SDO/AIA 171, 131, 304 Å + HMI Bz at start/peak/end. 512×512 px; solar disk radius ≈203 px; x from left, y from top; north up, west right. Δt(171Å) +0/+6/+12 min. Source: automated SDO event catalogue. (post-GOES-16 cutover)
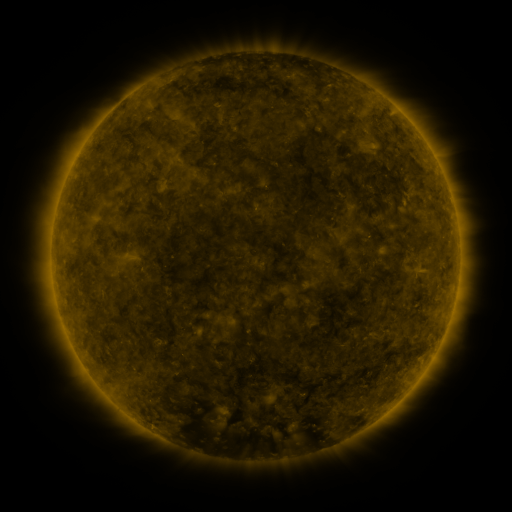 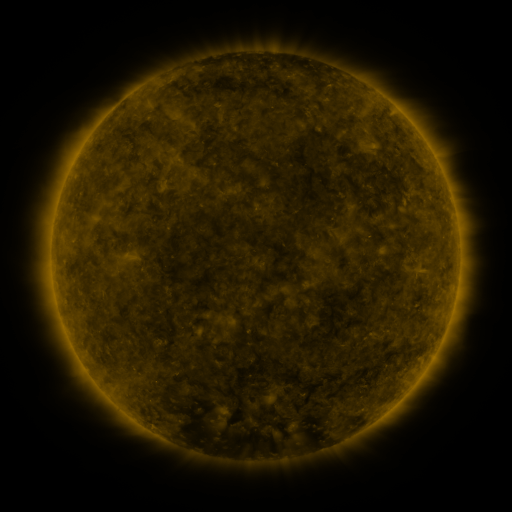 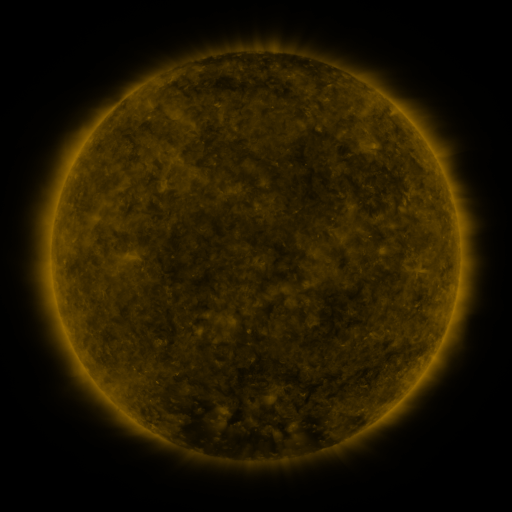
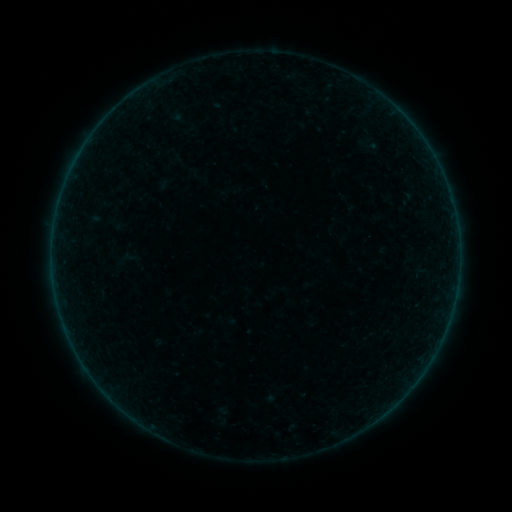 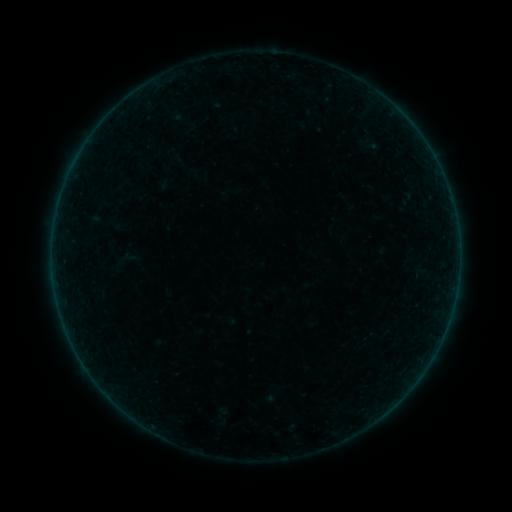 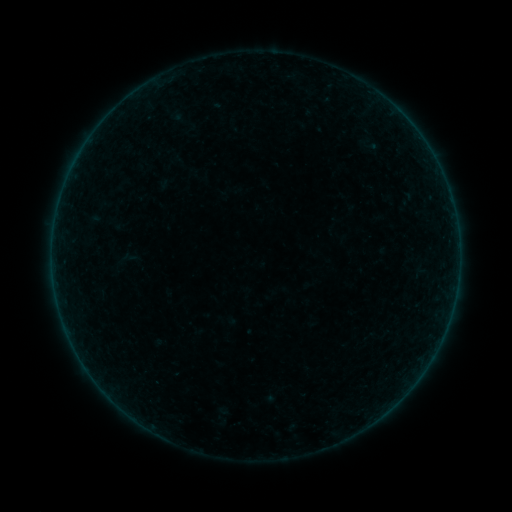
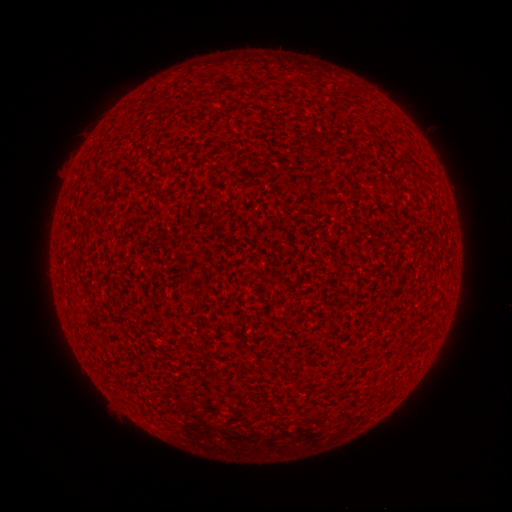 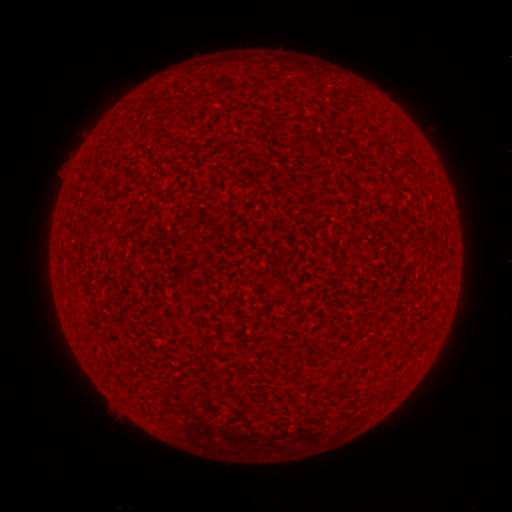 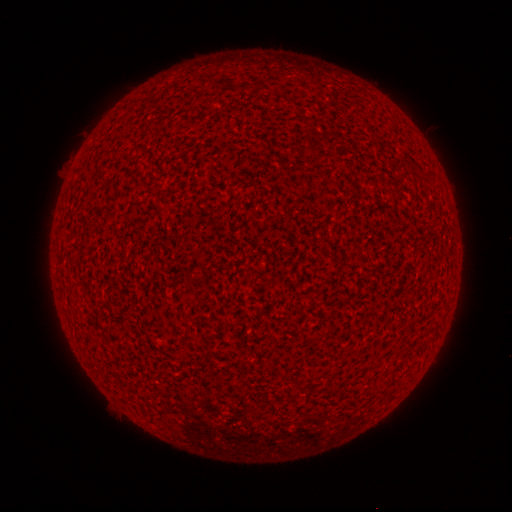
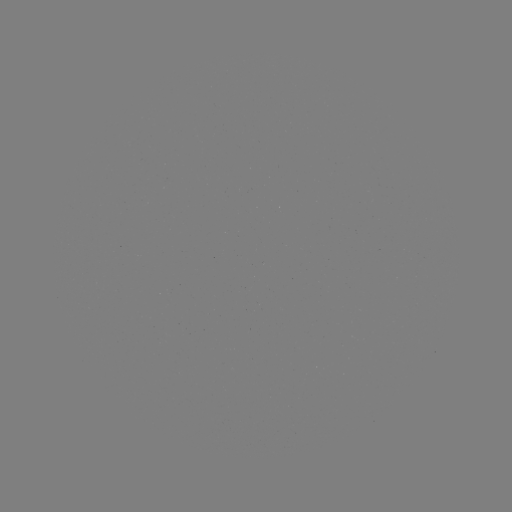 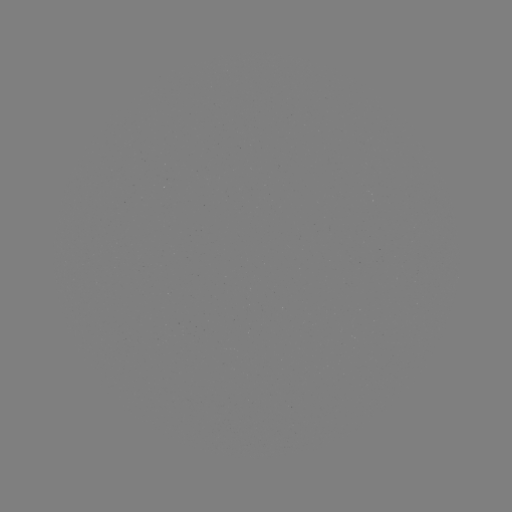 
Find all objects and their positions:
A7.9 flare: (60, 199)
